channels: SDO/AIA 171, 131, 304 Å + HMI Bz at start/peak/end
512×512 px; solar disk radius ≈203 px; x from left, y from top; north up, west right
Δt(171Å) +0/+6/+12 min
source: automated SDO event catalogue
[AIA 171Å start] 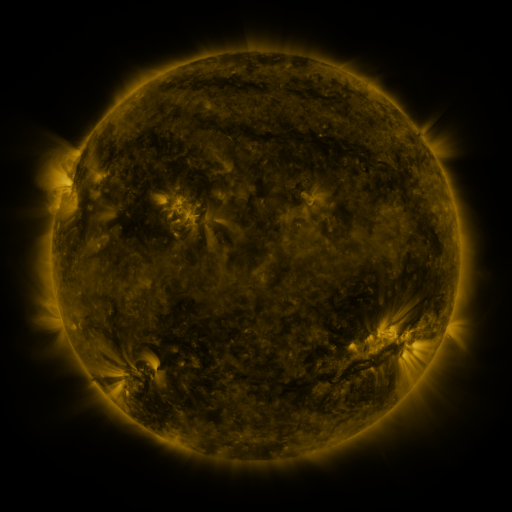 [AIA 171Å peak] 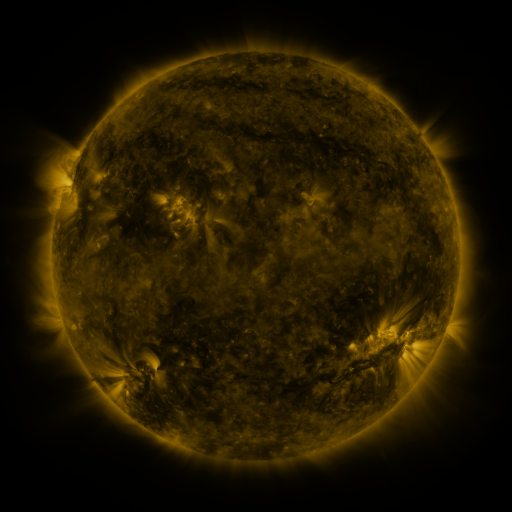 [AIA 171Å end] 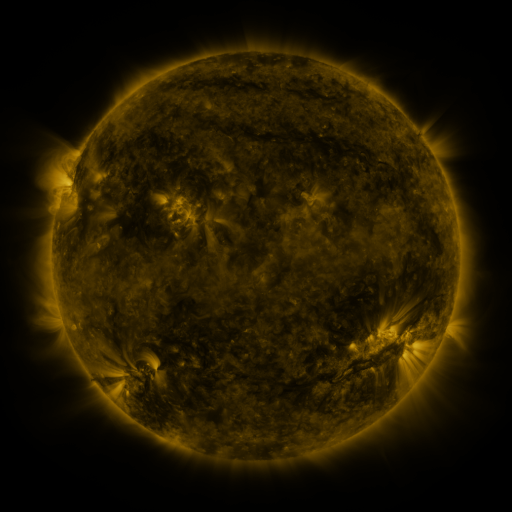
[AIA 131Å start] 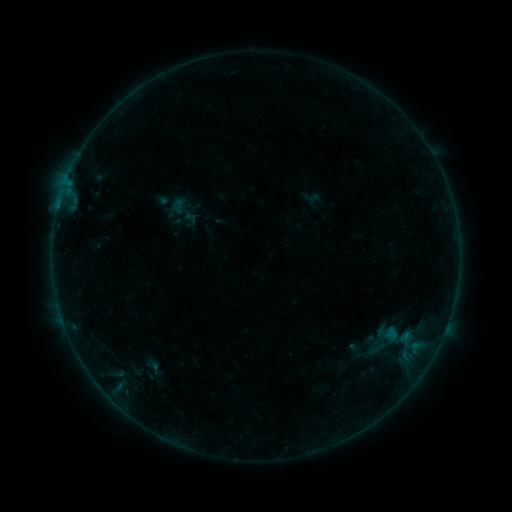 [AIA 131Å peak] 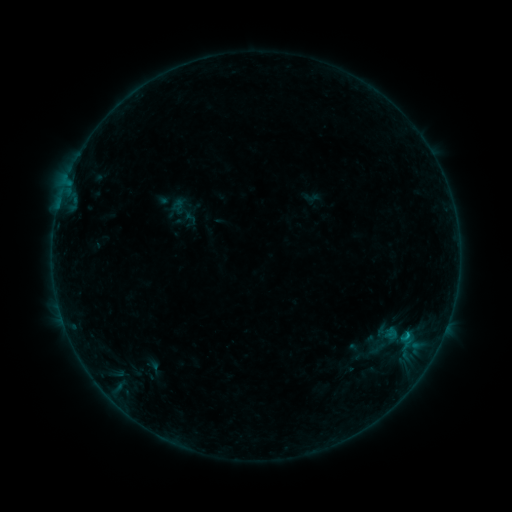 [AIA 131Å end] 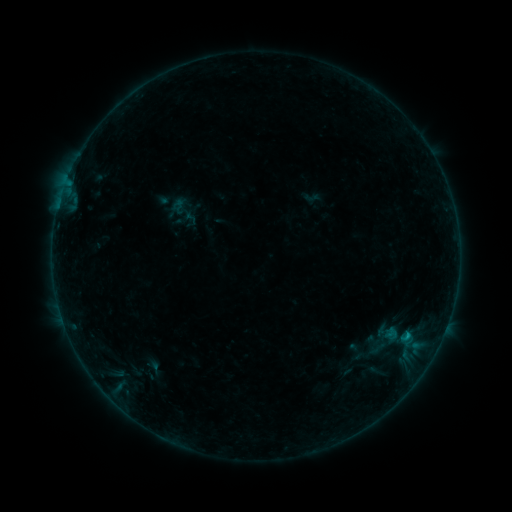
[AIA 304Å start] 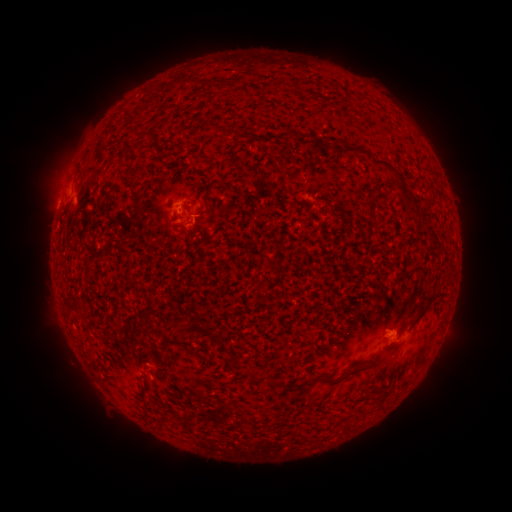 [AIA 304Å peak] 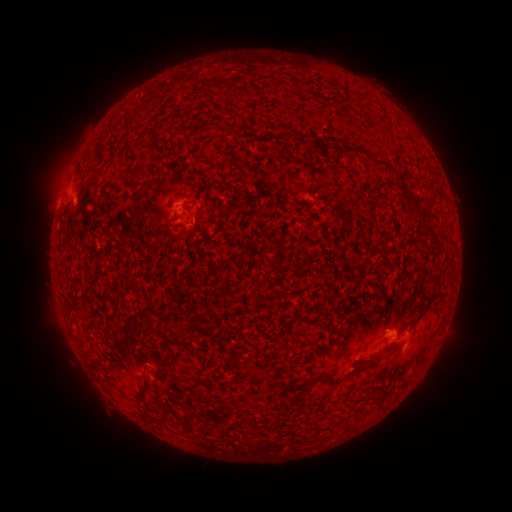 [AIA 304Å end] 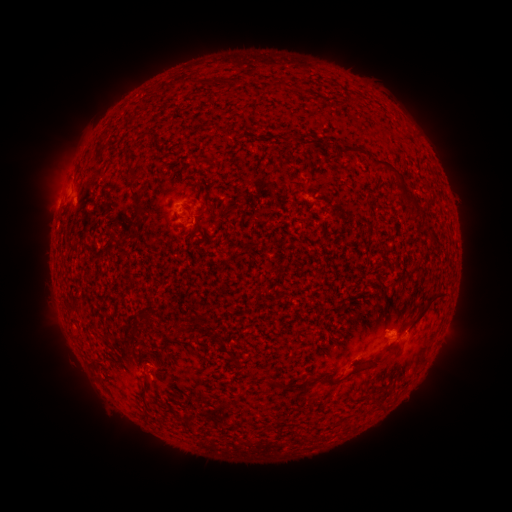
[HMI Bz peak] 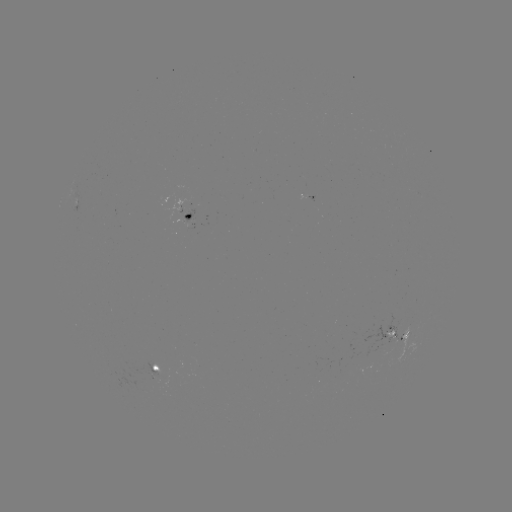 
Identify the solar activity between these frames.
B4.4 flare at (402, 349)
